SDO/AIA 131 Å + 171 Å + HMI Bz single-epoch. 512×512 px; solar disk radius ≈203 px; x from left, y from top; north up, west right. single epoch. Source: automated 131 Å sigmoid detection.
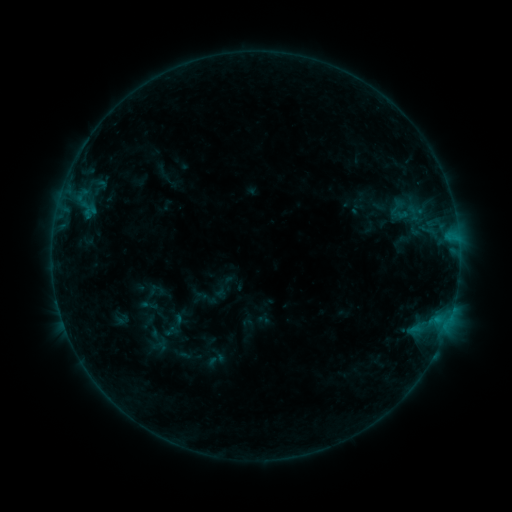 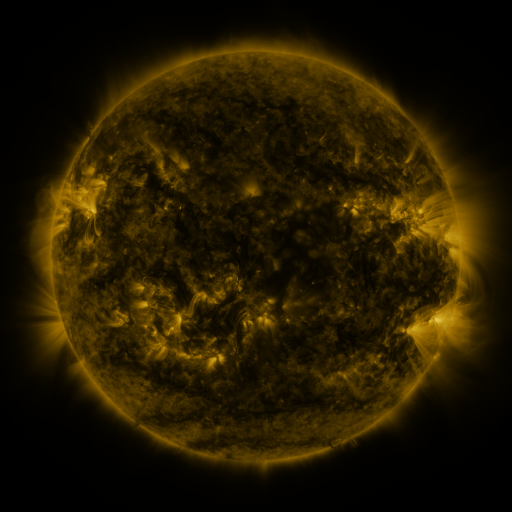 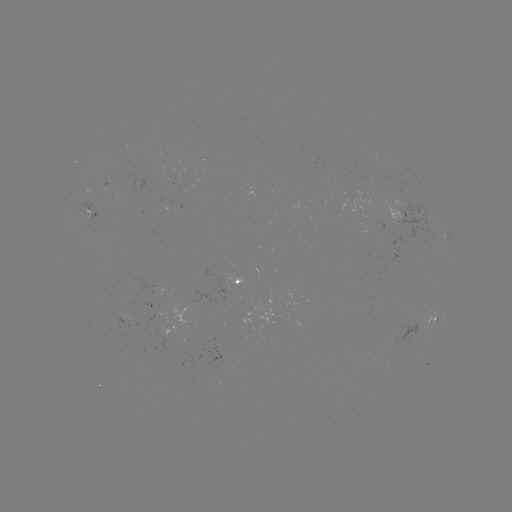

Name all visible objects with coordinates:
sigmoid: <bbox>383, 195, 411, 217</bbox>
